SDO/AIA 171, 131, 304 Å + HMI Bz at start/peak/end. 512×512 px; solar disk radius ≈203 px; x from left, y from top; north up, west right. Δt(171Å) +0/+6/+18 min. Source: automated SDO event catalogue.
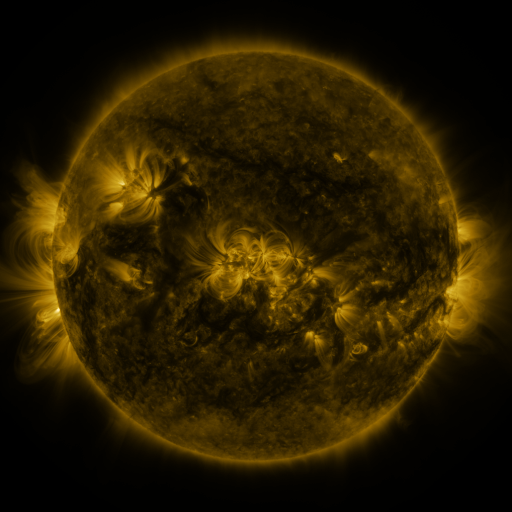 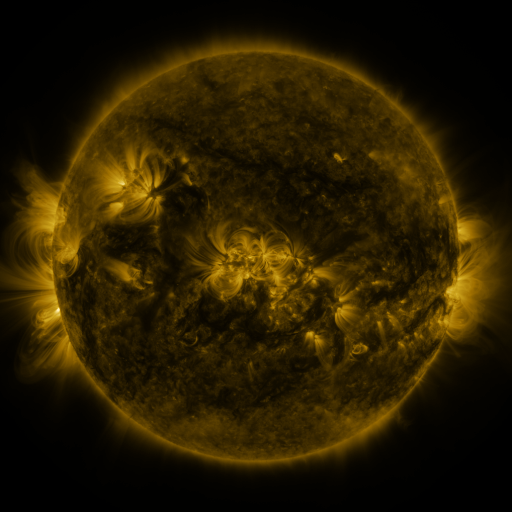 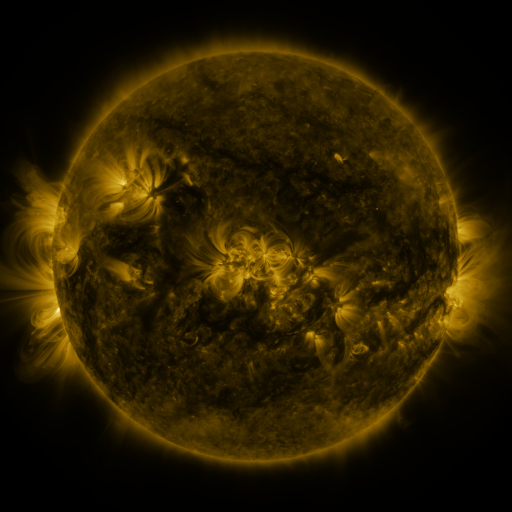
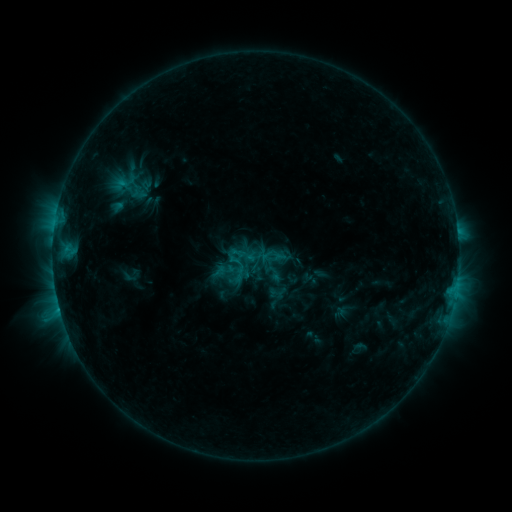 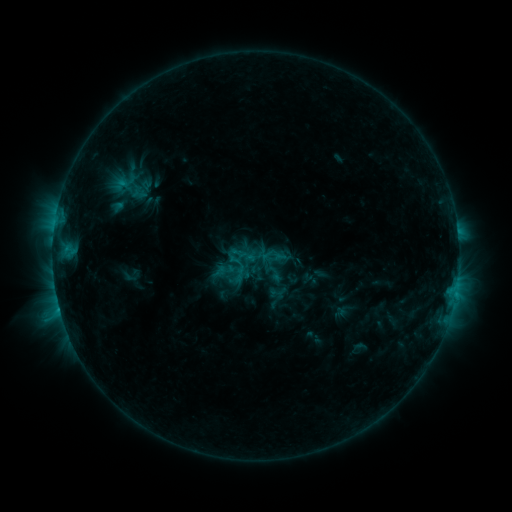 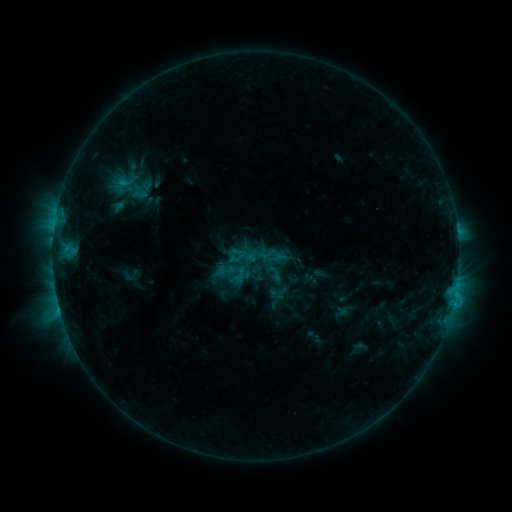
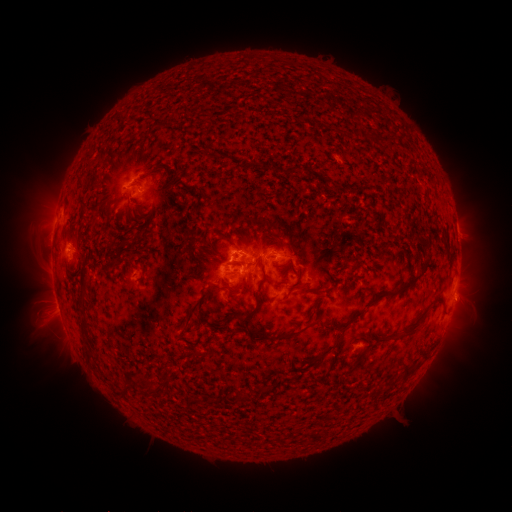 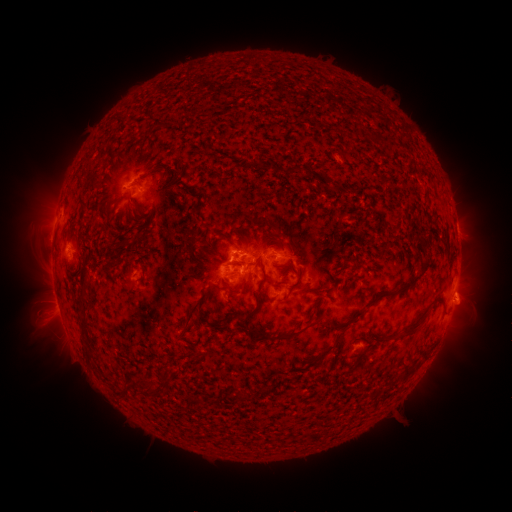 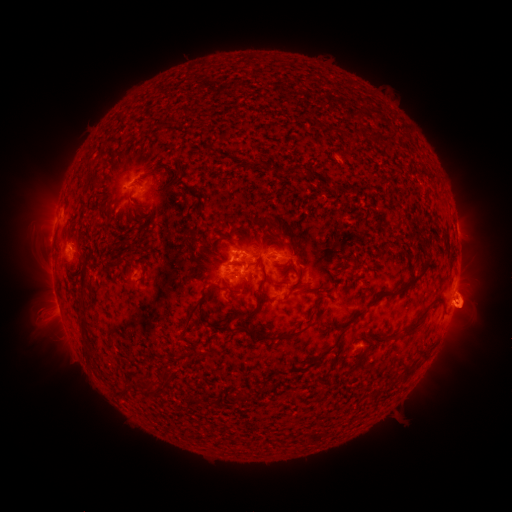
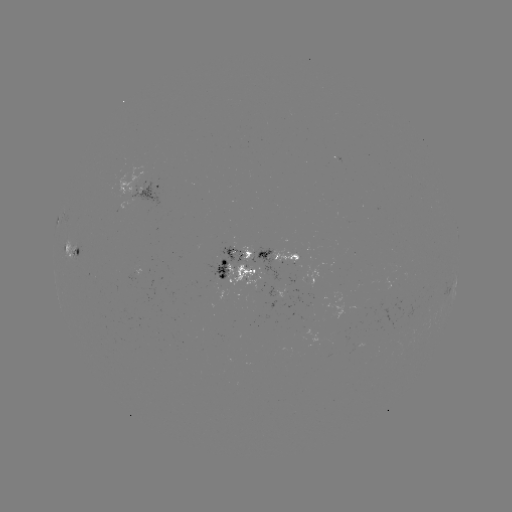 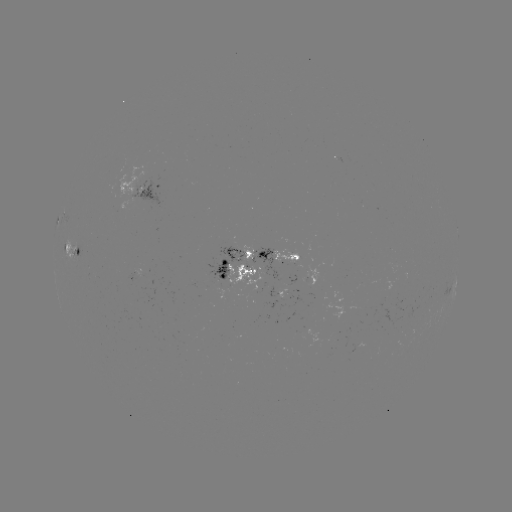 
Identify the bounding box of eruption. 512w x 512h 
[443, 279, 497, 339].